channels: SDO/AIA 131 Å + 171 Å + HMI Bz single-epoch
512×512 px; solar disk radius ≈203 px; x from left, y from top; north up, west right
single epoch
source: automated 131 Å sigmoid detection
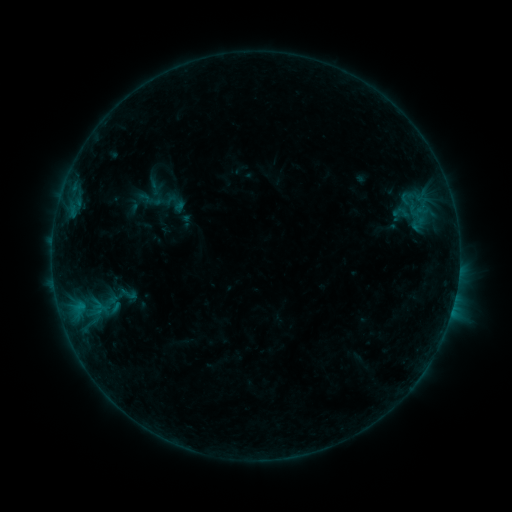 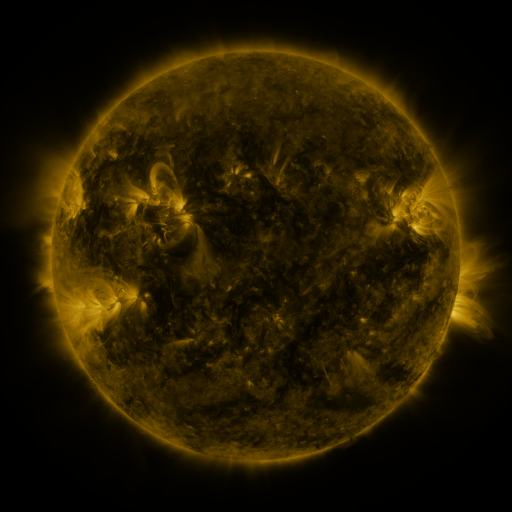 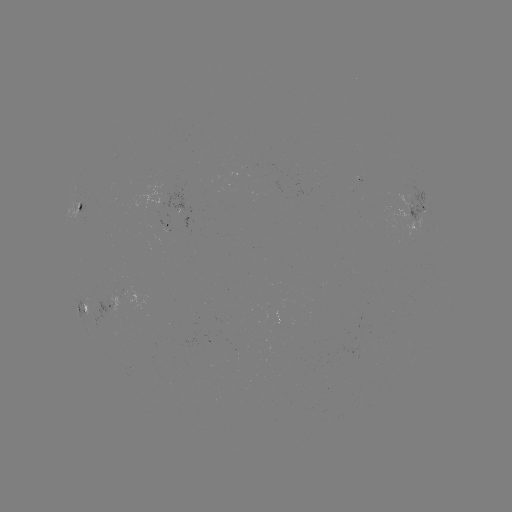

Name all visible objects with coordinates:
sigmoid: [138, 190, 154, 206]
sigmoid: [116, 284, 140, 303]
